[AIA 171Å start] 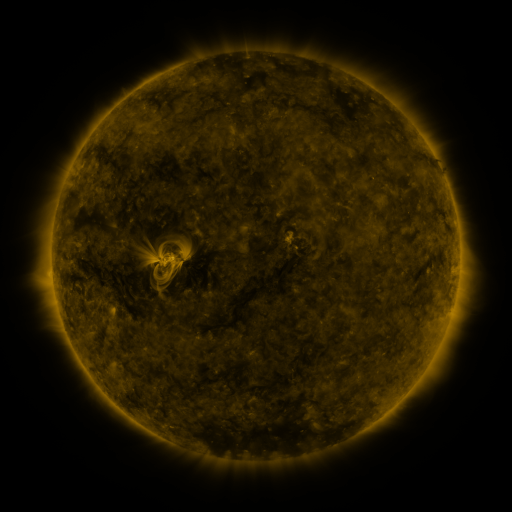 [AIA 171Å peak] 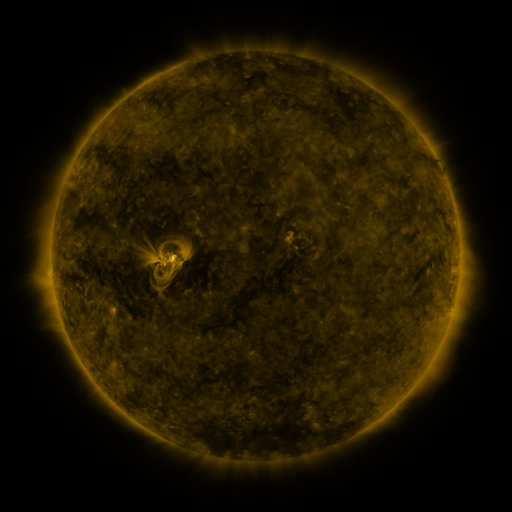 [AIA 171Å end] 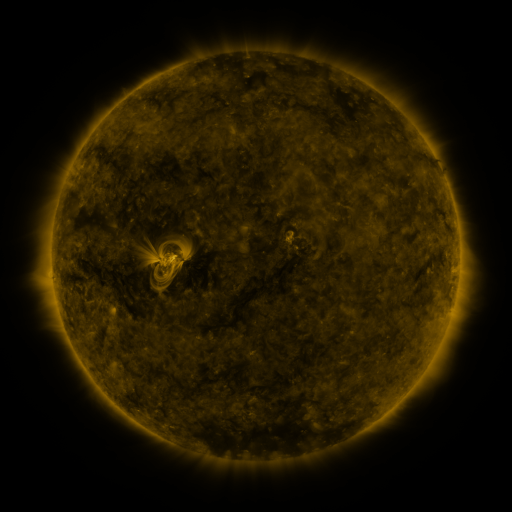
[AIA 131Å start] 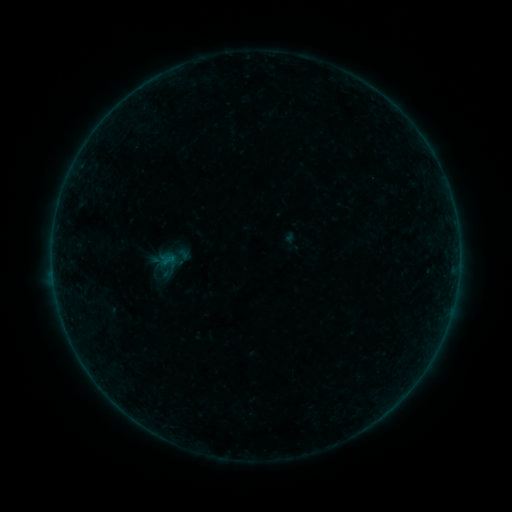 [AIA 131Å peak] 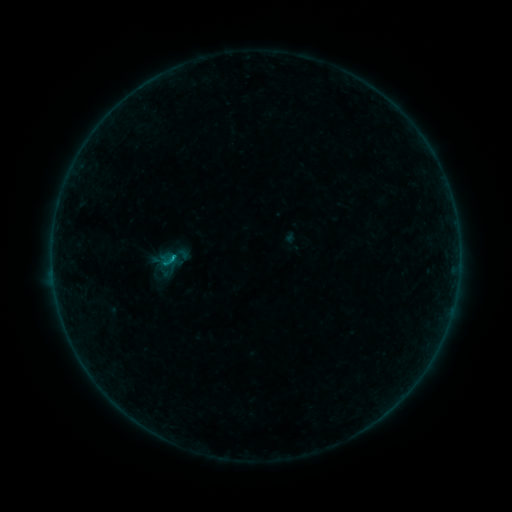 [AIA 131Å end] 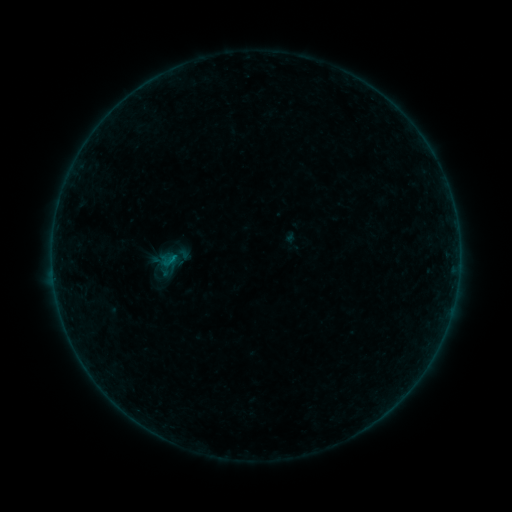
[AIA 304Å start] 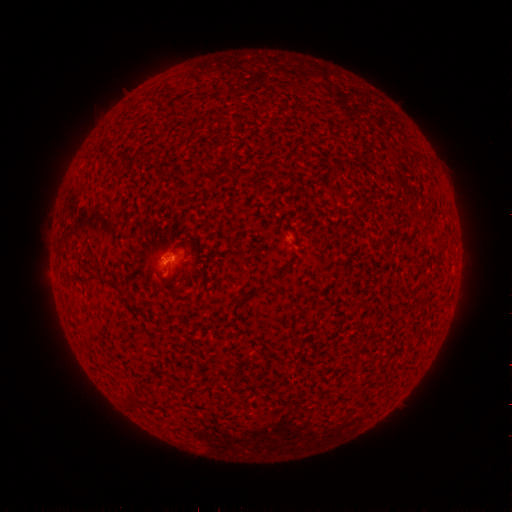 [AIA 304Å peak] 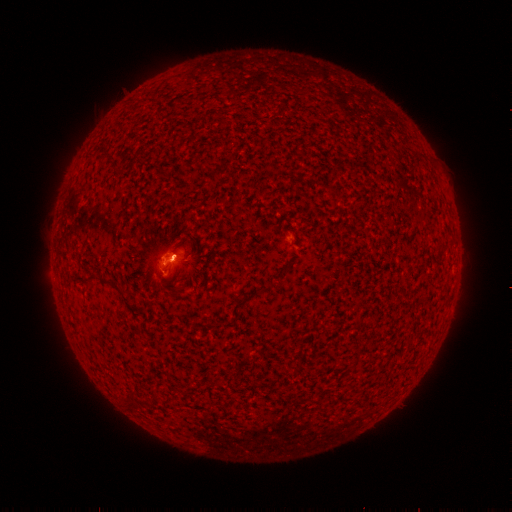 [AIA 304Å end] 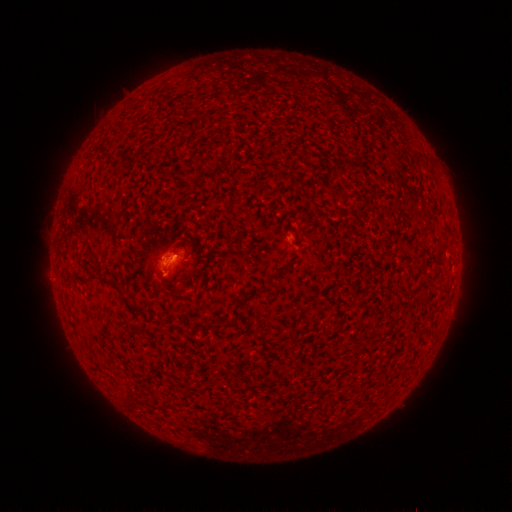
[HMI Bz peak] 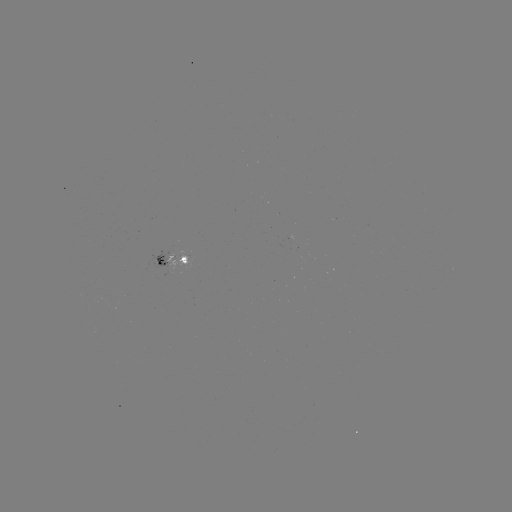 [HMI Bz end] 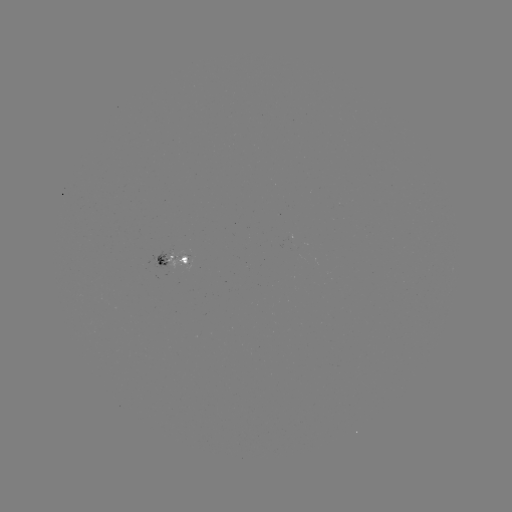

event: flare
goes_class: B2.3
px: (176, 255)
